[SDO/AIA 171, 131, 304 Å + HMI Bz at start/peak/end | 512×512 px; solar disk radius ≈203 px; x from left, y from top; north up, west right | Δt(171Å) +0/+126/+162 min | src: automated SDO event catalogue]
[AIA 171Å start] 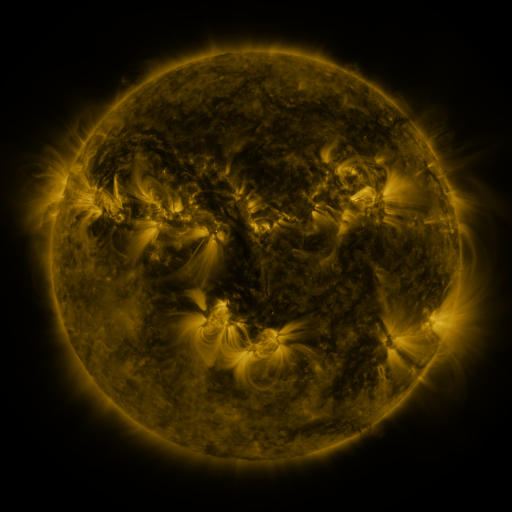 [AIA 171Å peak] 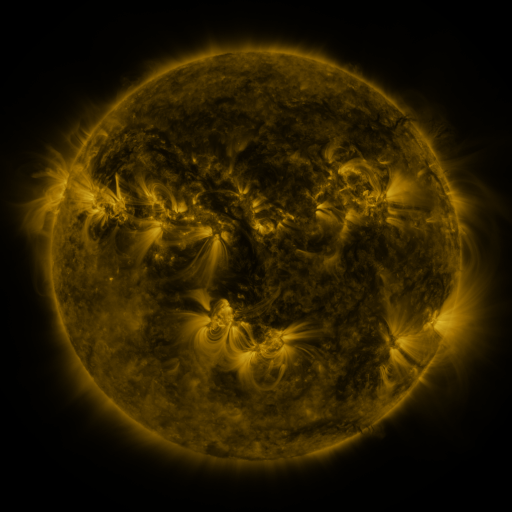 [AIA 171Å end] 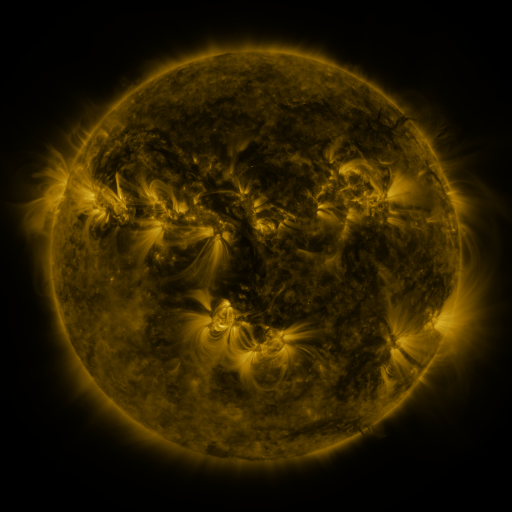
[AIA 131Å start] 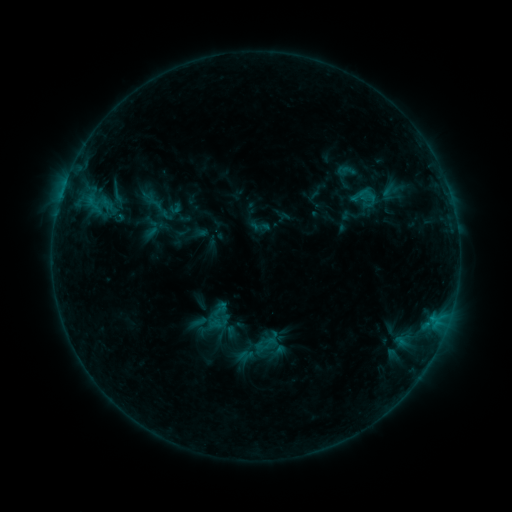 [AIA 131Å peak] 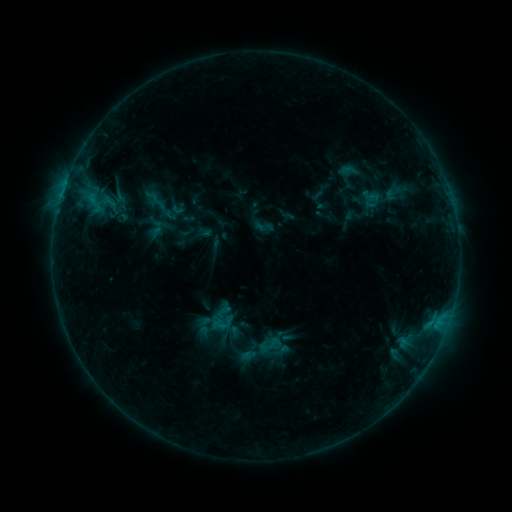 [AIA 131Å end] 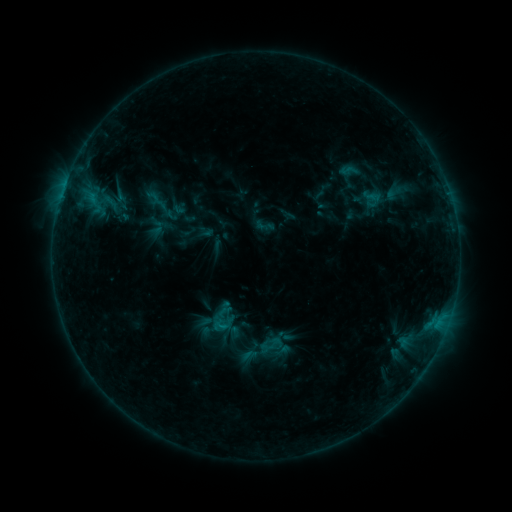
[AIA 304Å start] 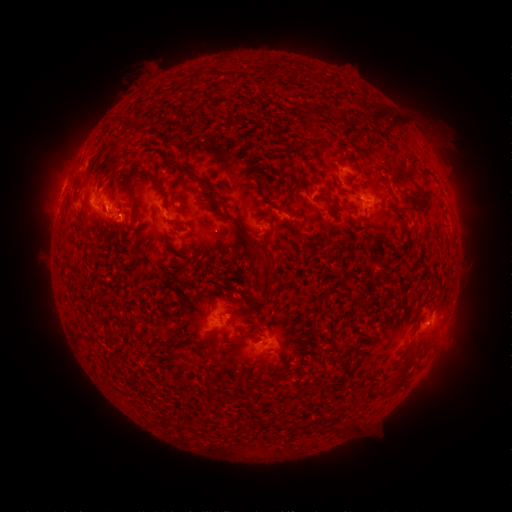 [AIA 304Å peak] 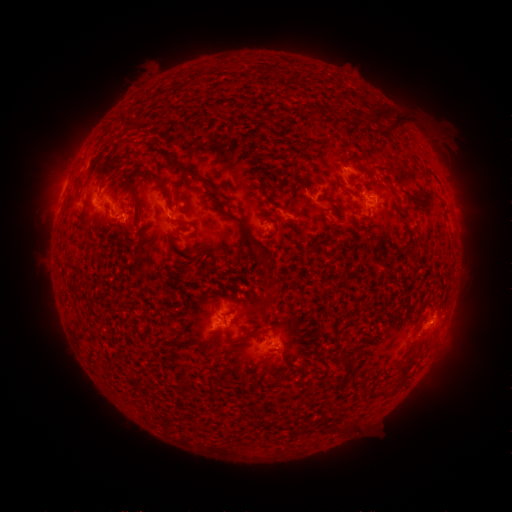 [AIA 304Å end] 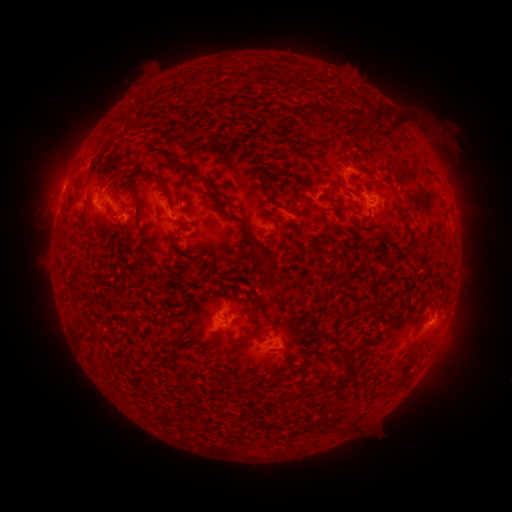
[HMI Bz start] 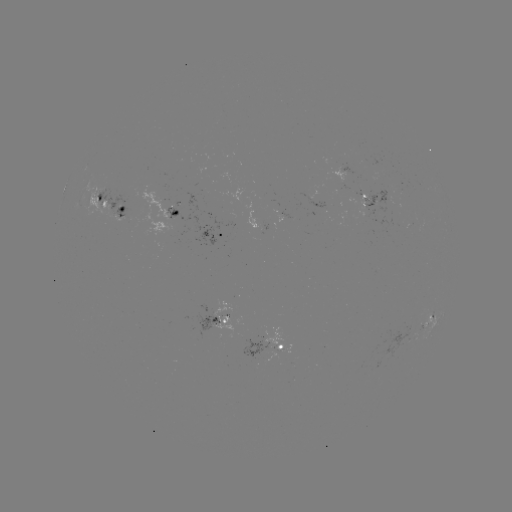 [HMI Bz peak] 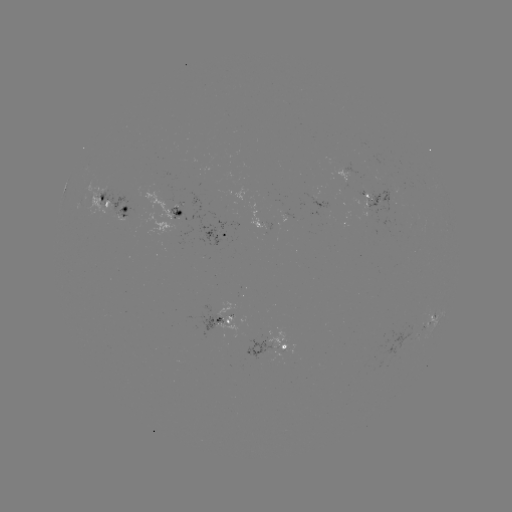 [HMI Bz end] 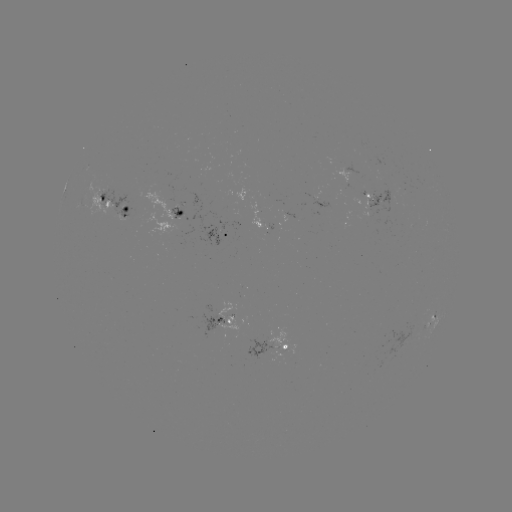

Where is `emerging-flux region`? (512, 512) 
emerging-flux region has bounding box [284, 212, 297, 221].